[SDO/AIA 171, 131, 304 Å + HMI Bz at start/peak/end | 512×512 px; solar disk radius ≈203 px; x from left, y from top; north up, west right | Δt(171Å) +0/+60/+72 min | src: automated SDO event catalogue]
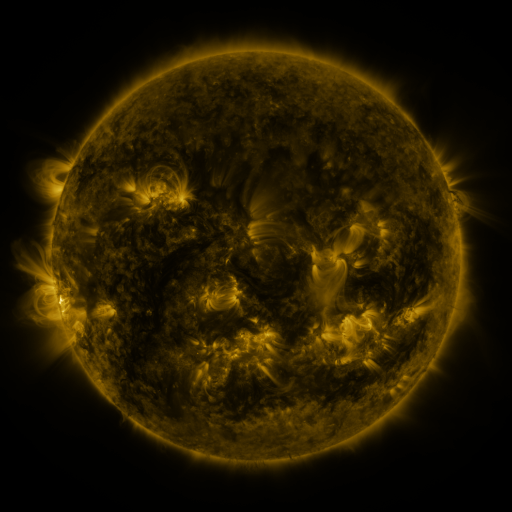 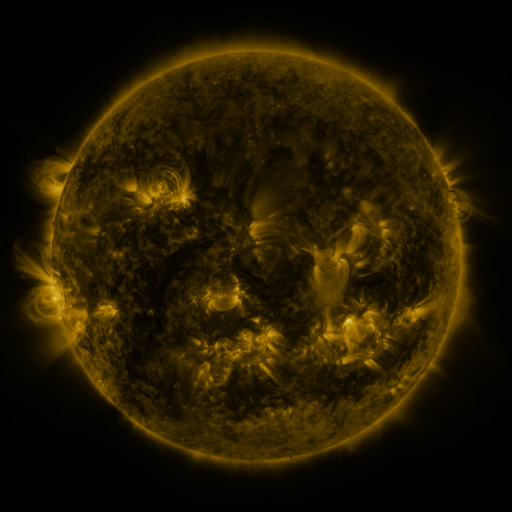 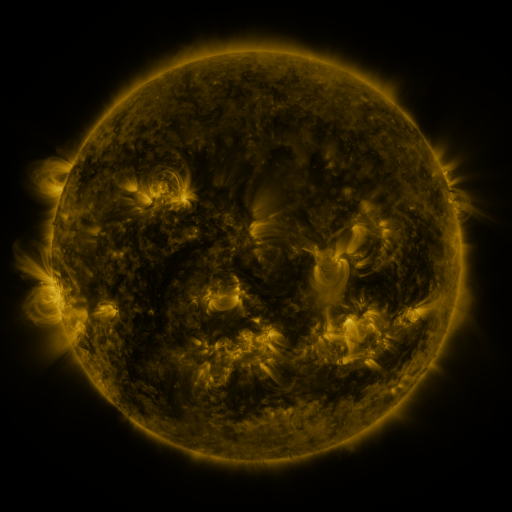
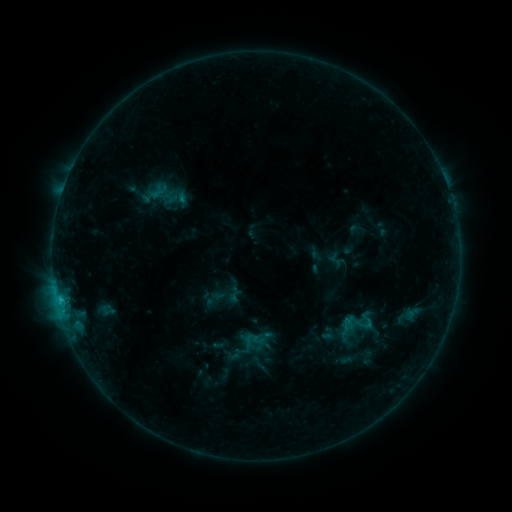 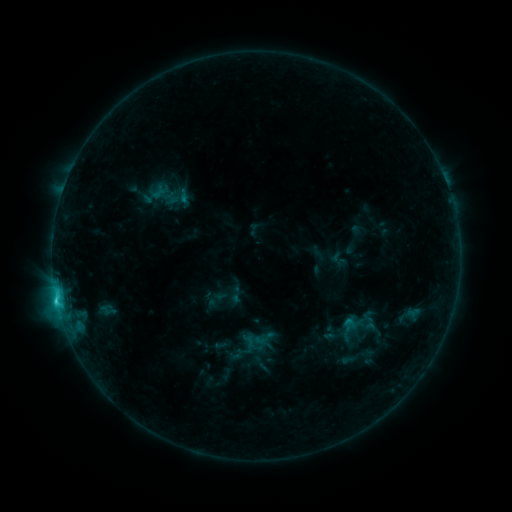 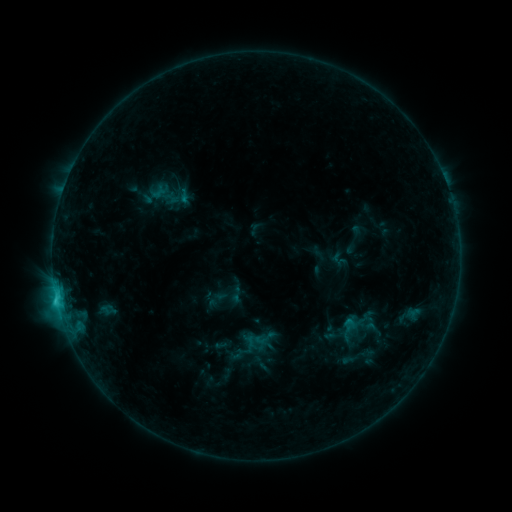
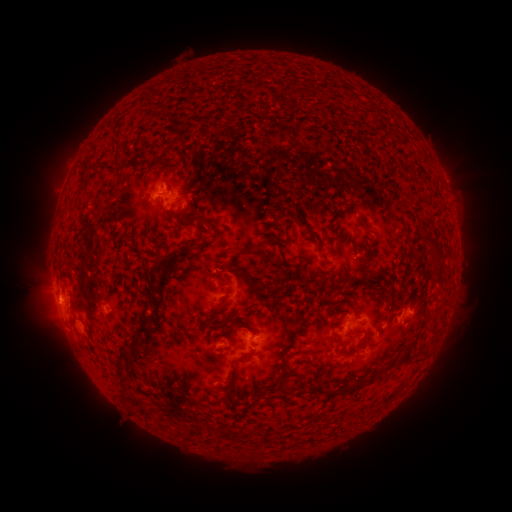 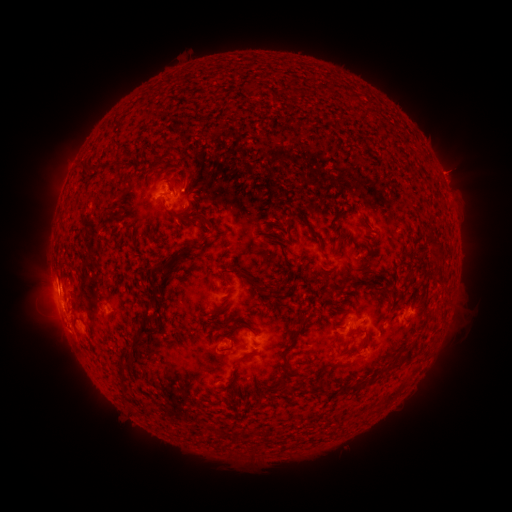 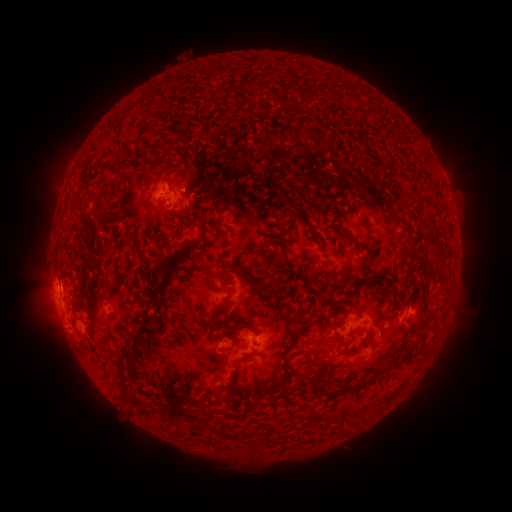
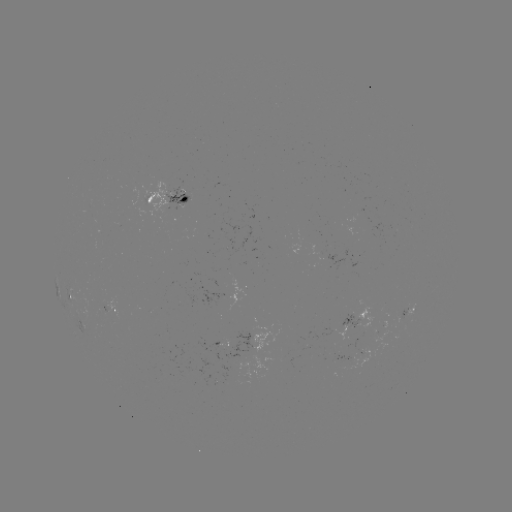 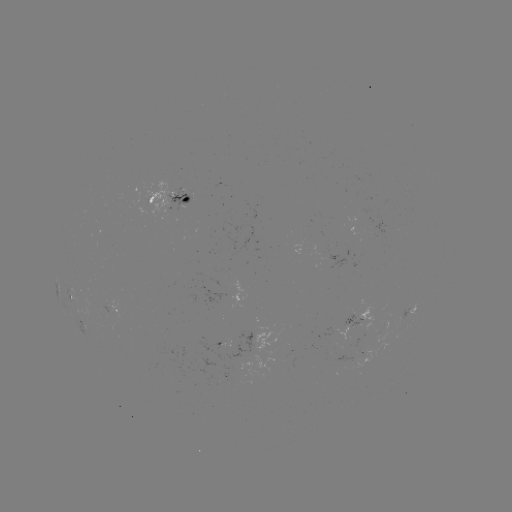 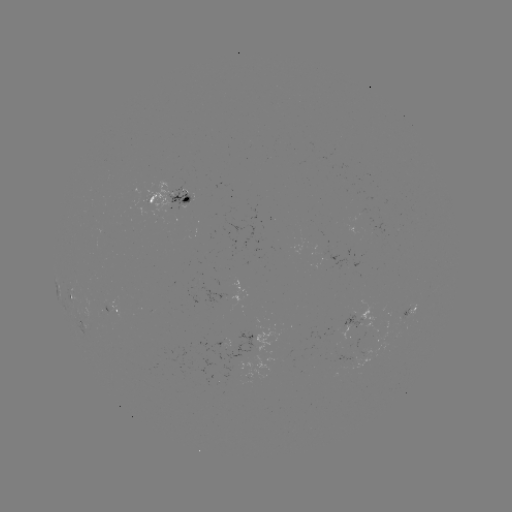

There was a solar emerging-flux region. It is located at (393, 227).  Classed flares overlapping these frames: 1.